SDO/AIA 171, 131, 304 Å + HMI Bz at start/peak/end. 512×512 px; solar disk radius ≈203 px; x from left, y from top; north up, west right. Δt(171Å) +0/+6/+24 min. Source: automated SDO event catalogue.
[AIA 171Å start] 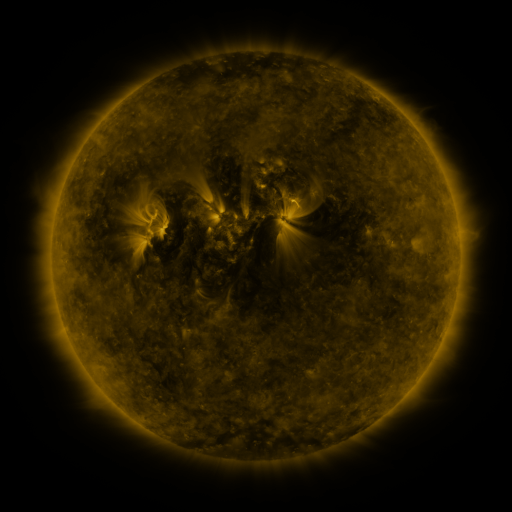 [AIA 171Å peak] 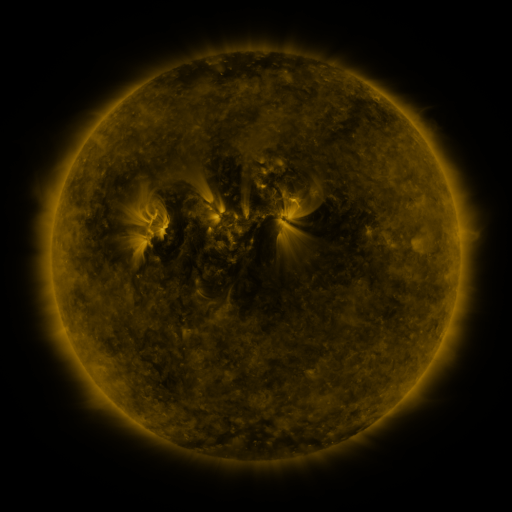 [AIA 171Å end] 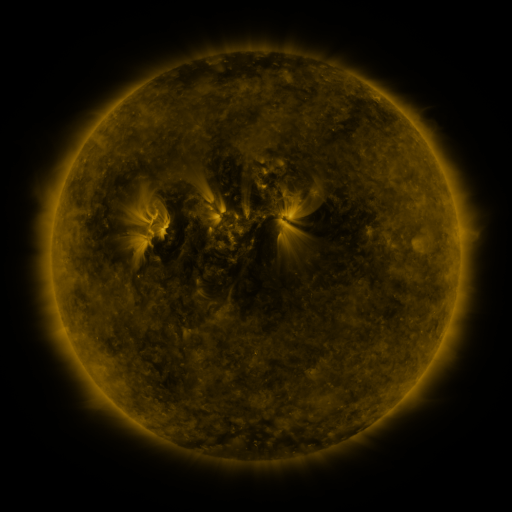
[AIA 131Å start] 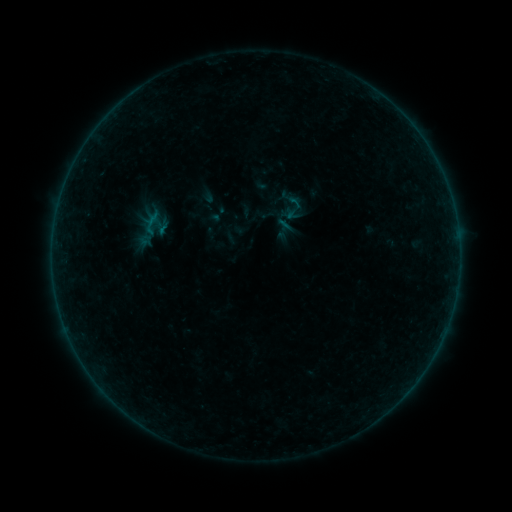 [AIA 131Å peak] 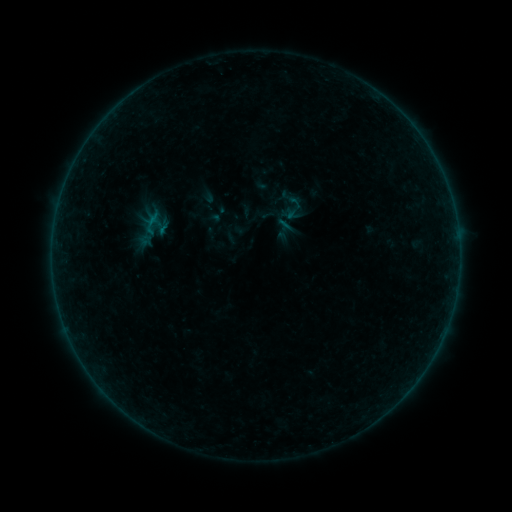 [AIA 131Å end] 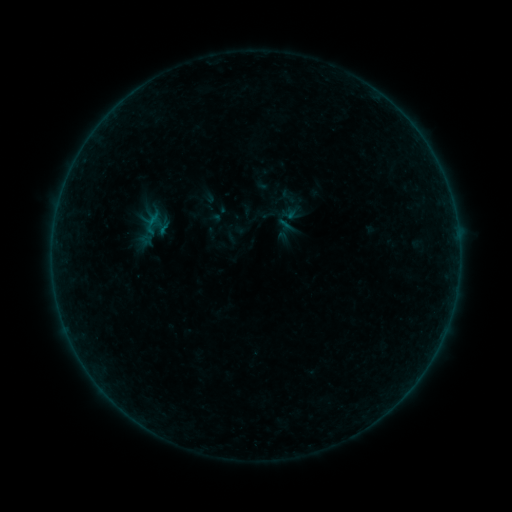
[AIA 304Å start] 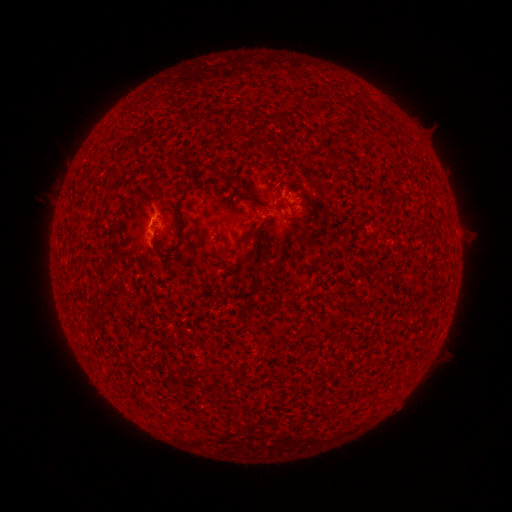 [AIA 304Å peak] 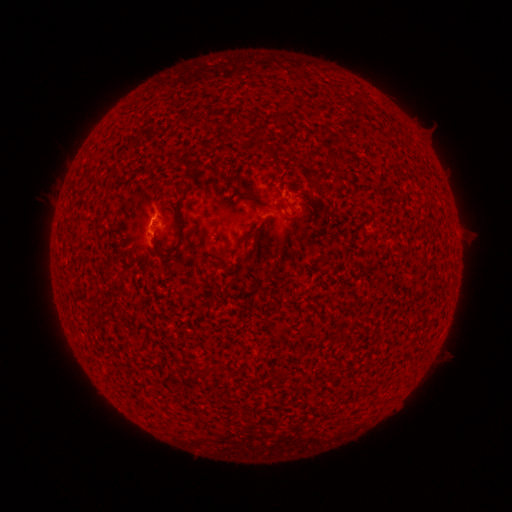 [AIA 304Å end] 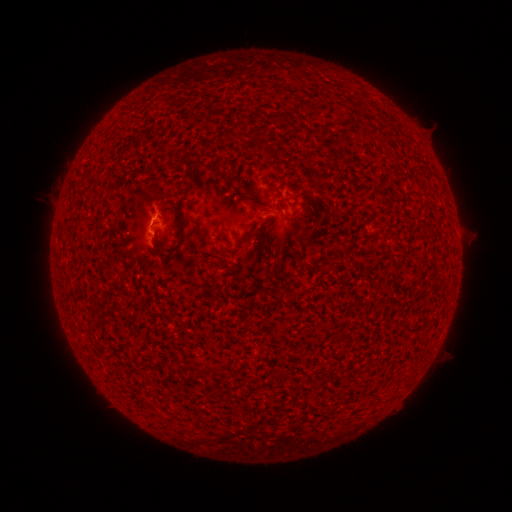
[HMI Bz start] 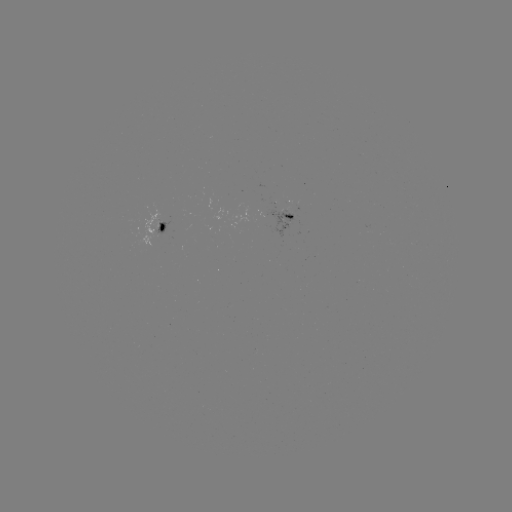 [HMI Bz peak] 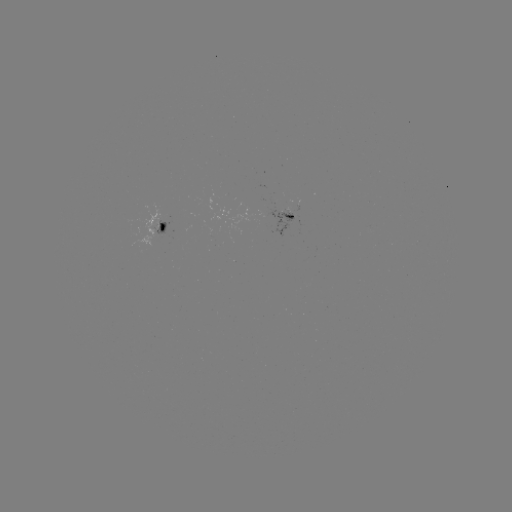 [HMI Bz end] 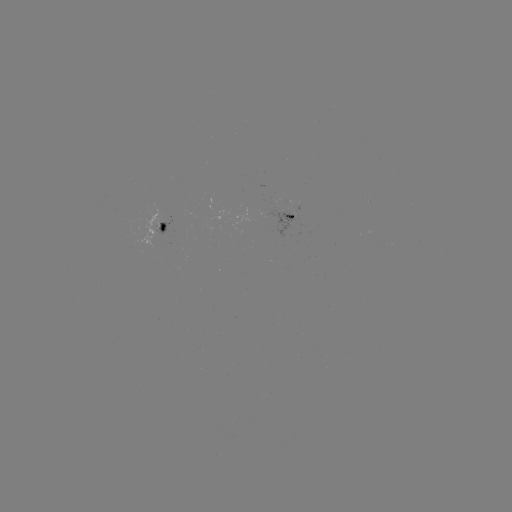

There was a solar flare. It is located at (154, 221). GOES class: B1.5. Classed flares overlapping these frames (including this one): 1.